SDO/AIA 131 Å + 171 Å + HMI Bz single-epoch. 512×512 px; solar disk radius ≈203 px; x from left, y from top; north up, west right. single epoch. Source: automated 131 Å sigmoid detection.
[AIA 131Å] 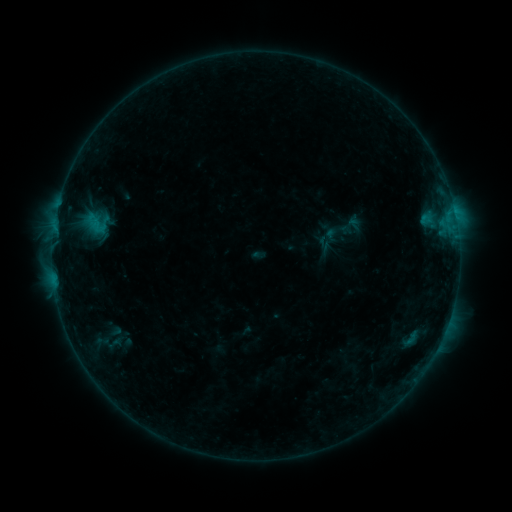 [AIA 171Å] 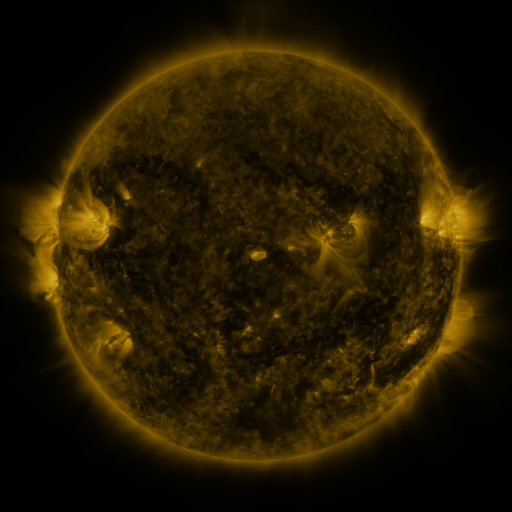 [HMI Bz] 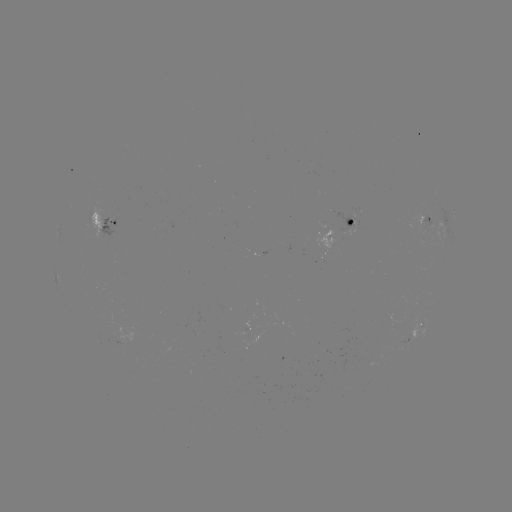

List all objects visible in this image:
sigmoid: (337, 231)
